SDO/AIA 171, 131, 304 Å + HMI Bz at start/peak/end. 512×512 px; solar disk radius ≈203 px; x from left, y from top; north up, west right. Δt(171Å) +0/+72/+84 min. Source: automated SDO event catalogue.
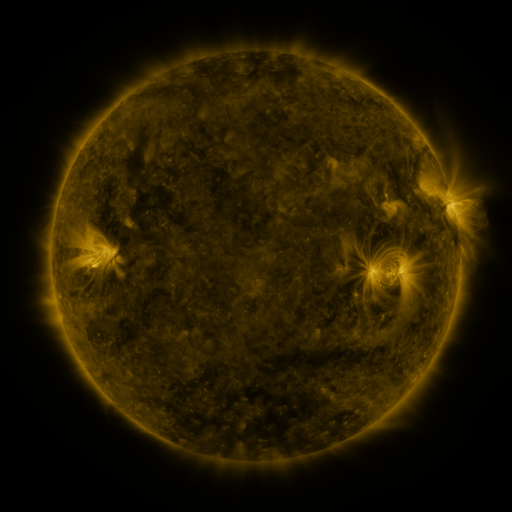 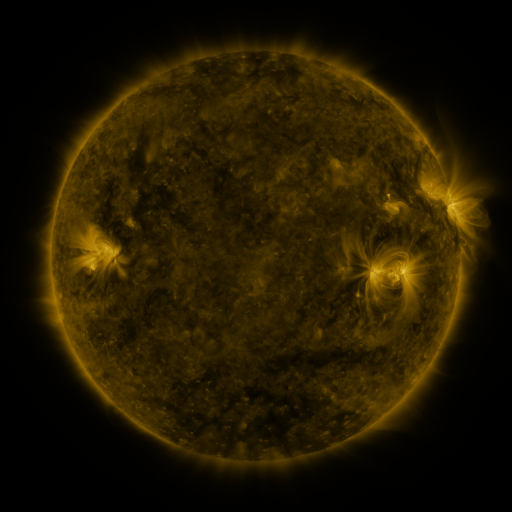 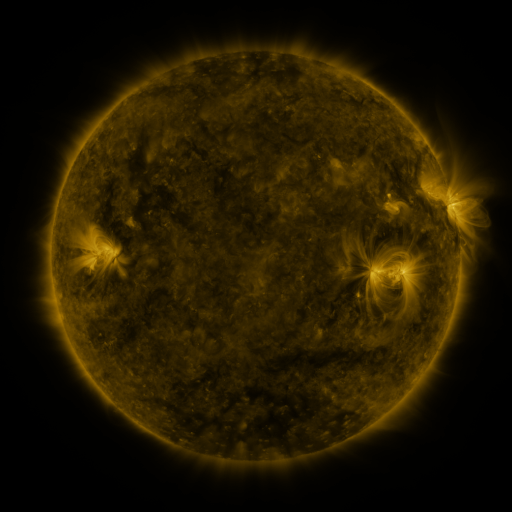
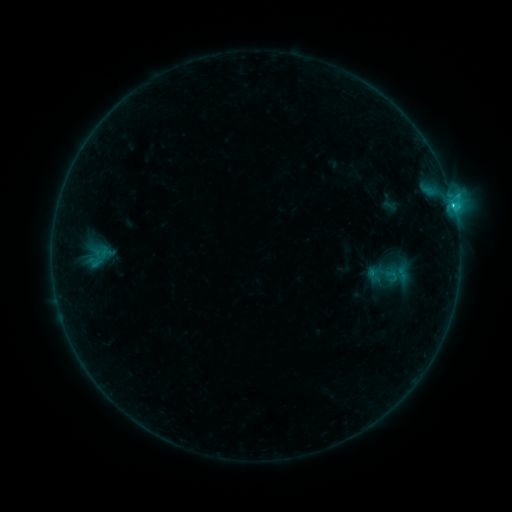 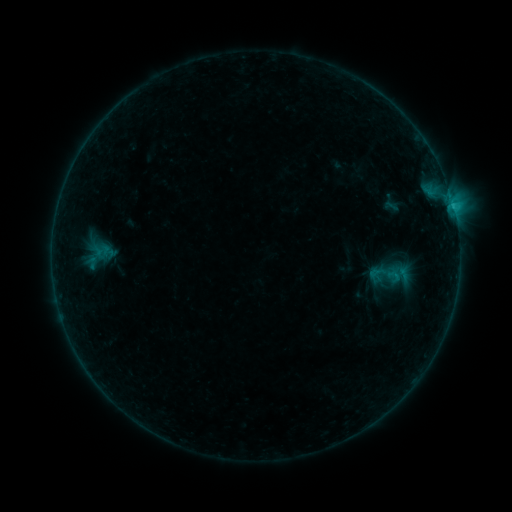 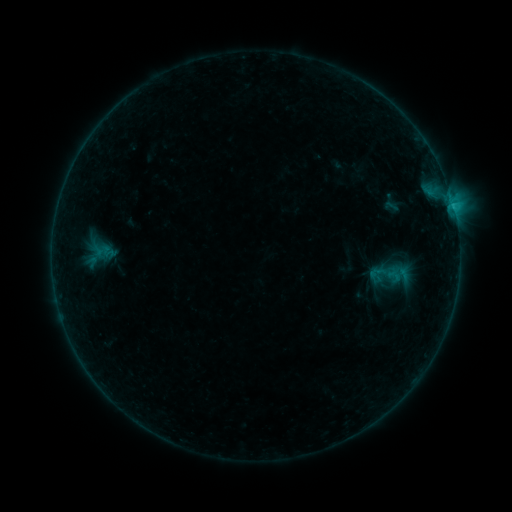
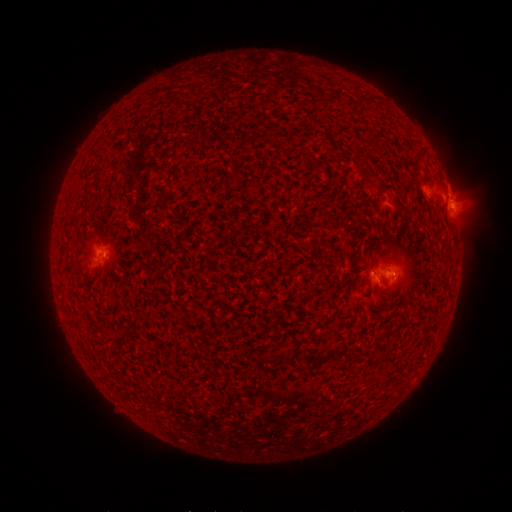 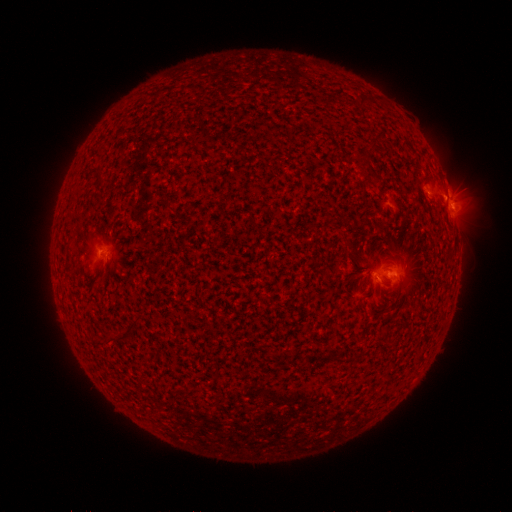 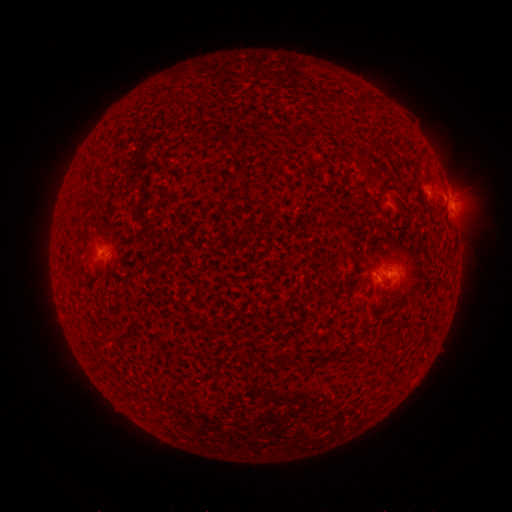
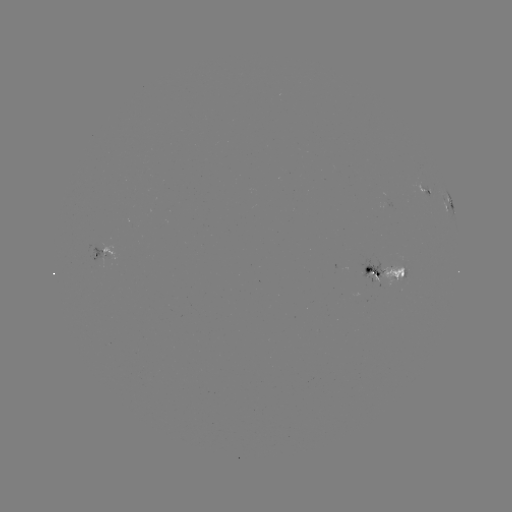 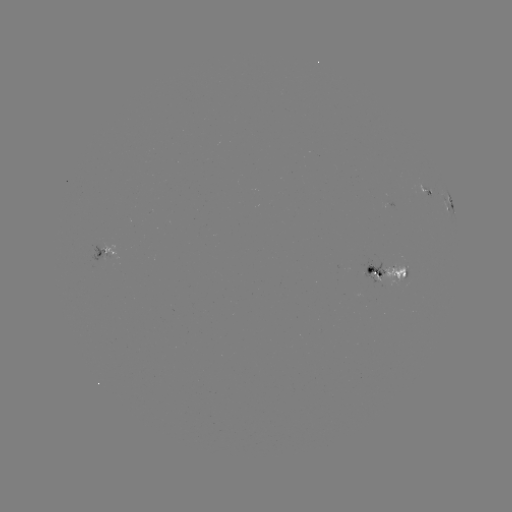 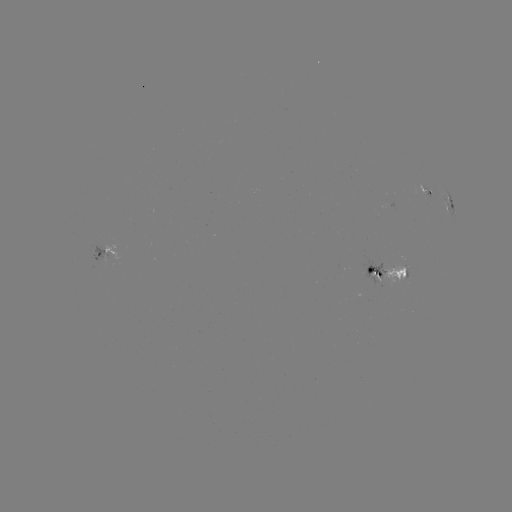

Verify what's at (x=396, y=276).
emerging-flux region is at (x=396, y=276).